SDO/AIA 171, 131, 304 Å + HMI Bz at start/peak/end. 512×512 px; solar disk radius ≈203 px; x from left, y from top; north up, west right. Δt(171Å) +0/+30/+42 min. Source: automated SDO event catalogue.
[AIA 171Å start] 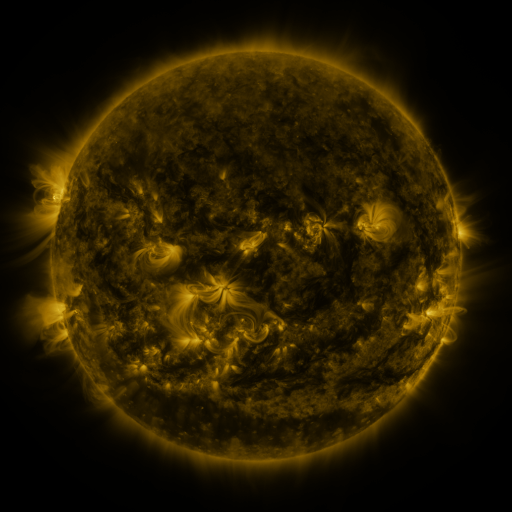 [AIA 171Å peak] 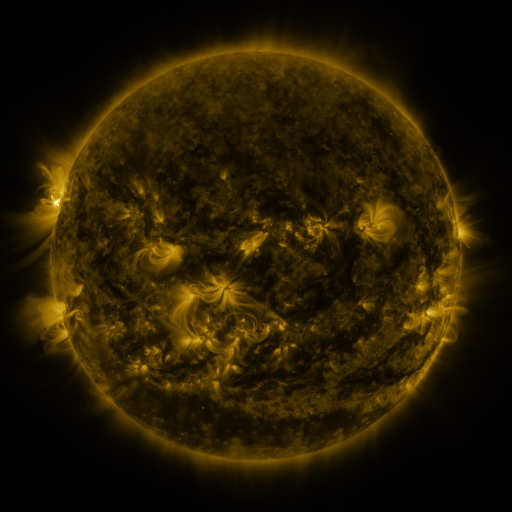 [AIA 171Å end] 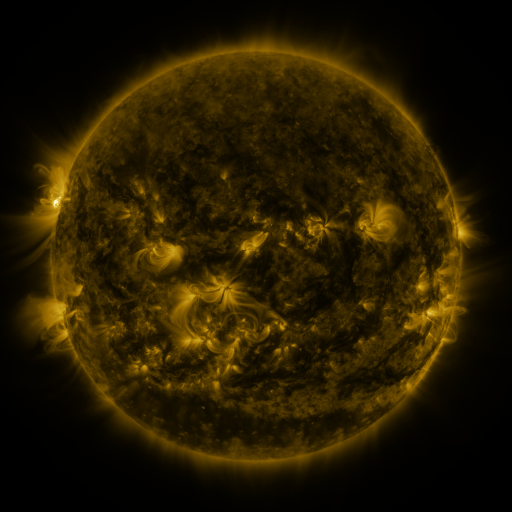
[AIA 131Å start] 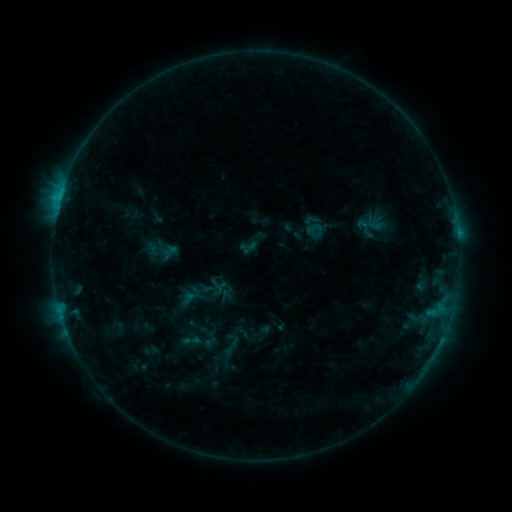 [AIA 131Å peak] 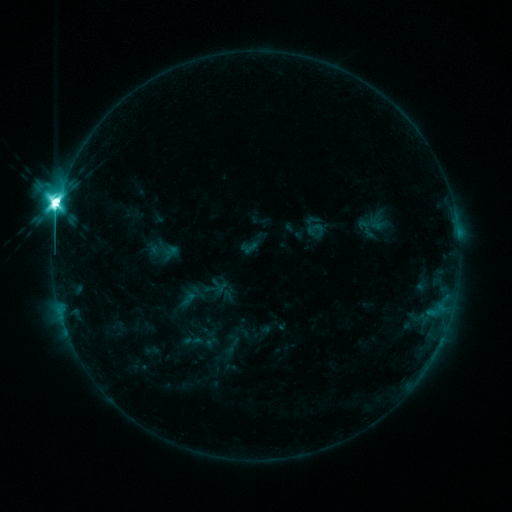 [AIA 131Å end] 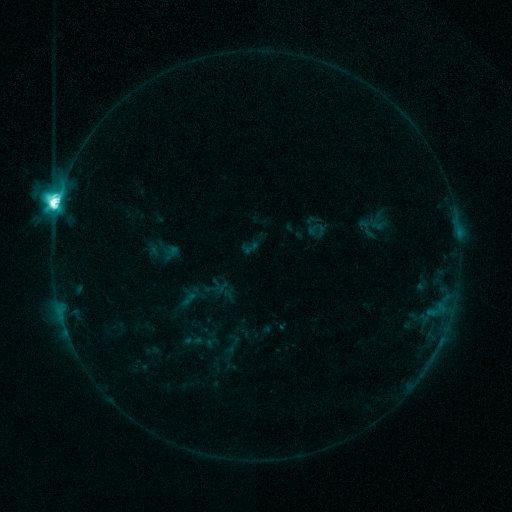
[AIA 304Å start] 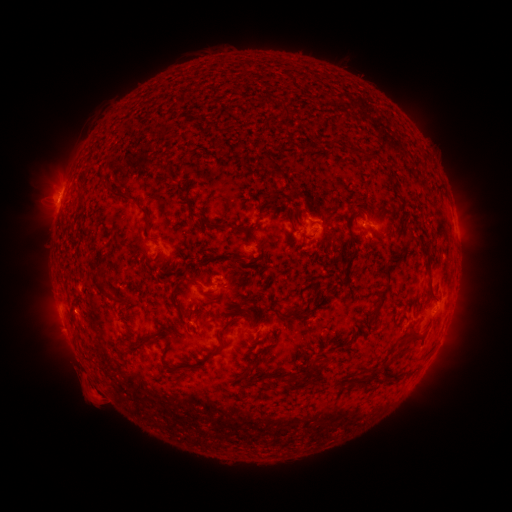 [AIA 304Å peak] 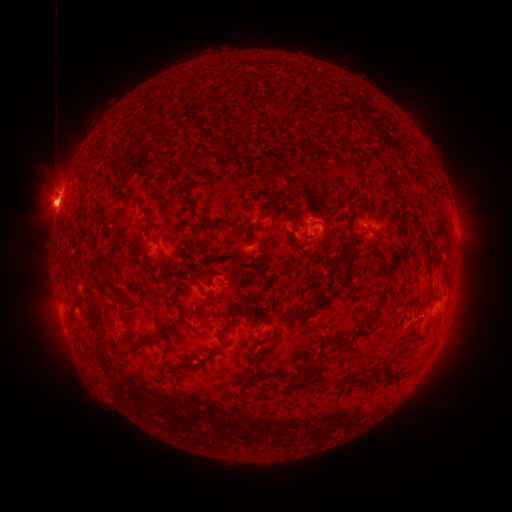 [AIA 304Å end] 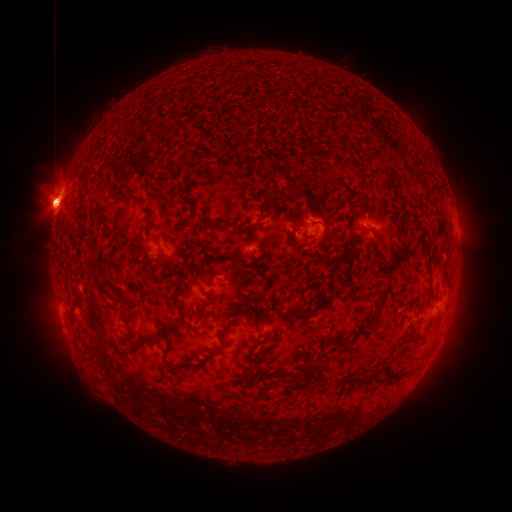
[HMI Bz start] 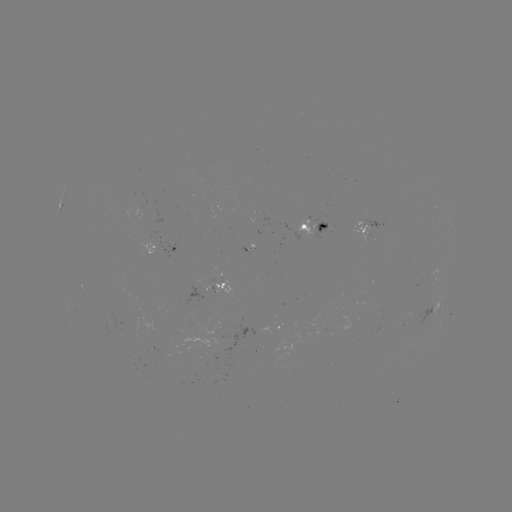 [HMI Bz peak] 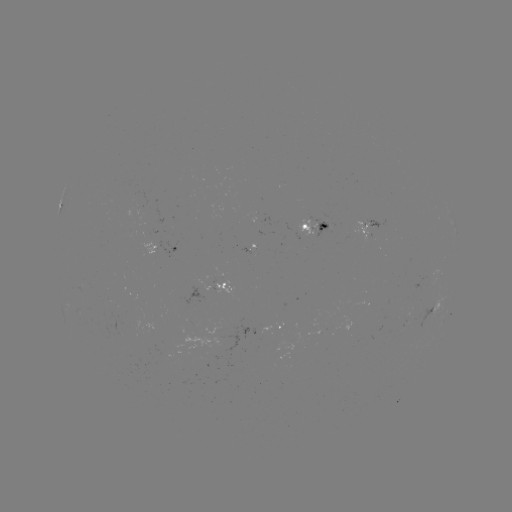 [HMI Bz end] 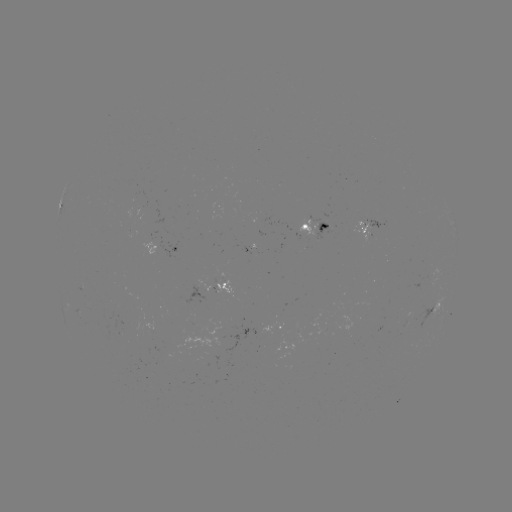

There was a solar flare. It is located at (58, 207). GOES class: M6.5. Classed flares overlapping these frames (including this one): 1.